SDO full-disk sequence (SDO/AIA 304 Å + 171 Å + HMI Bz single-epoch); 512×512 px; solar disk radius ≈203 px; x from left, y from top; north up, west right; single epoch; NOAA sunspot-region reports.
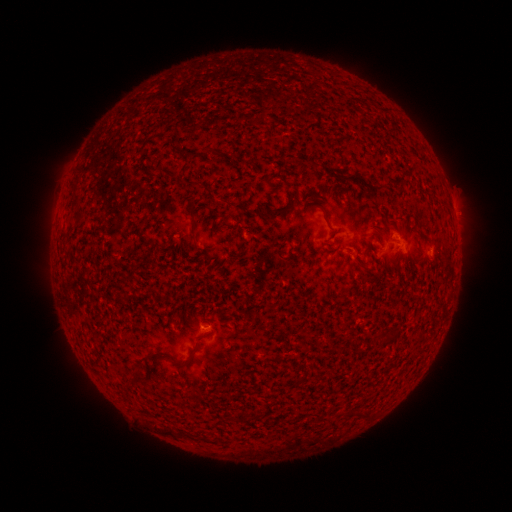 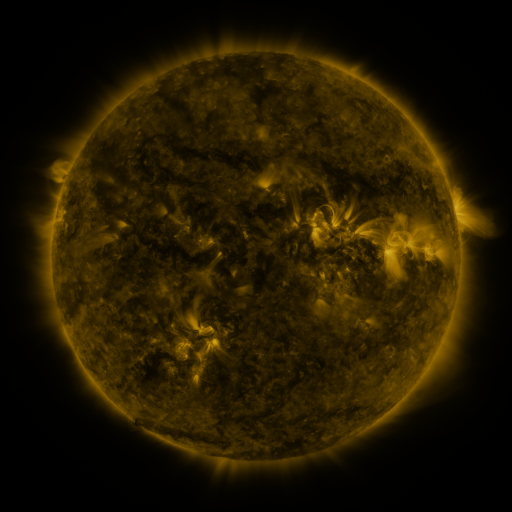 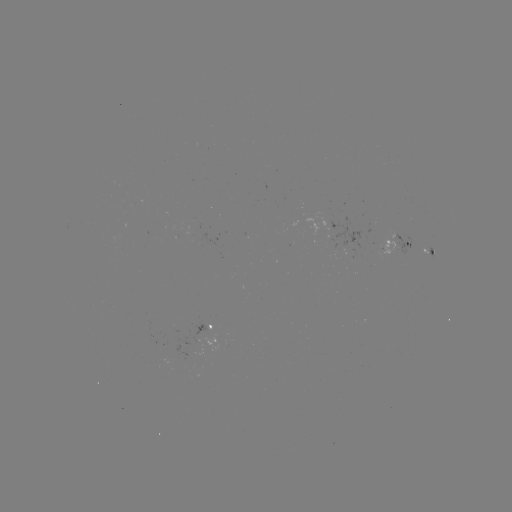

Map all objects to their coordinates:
spotted active region: (398, 245)
spotted active region: (428, 251)
